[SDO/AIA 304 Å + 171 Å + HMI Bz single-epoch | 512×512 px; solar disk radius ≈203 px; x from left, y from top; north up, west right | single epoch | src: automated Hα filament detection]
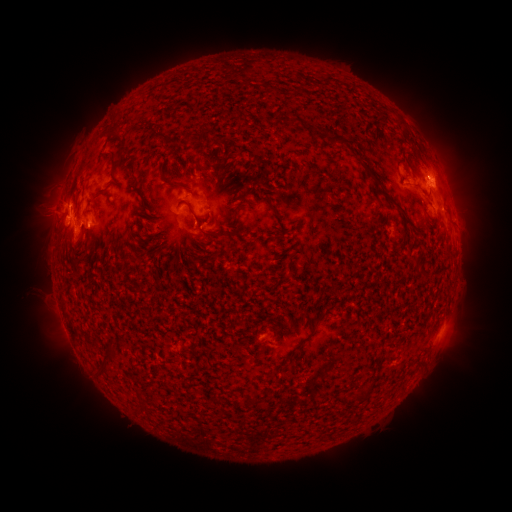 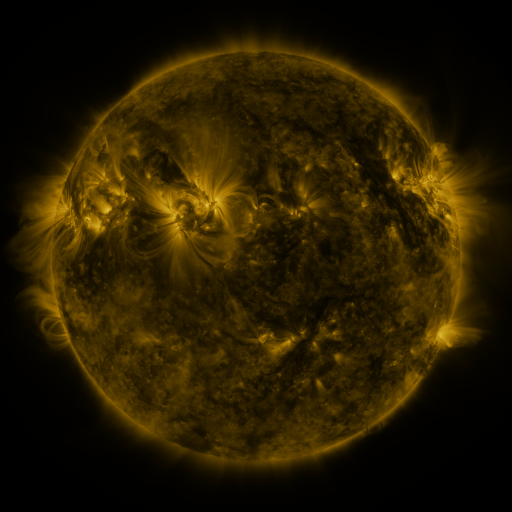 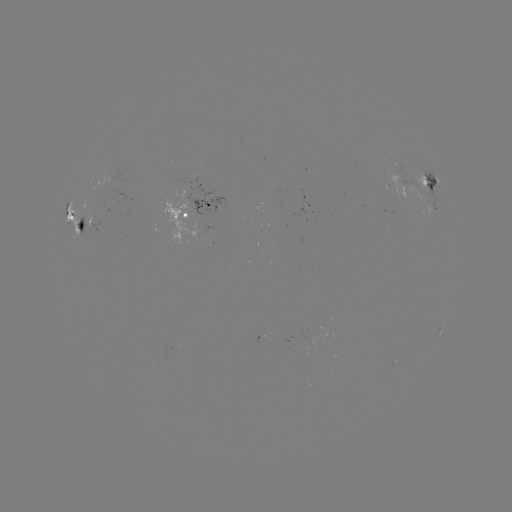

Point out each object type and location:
filament: <bbox>113, 112, 123, 120</bbox>
filament: <bbox>149, 126, 167, 139</bbox>
filament: <bbox>107, 127, 120, 138</bbox>
filament: <bbox>327, 133, 350, 147</bbox>
filament: <bbox>98, 148, 119, 176</bbox>
filament: <bbox>364, 167, 384, 196</bbox>
filament: <bbox>157, 169, 177, 187</bbox>
filament: <bbox>308, 179, 319, 187</bbox>
filament: <bbox>224, 190, 247, 207</bbox>
filament: <bbox>177, 198, 220, 239</bbox>
filament: <bbox>225, 201, 248, 220</bbox>
filament: <bbox>140, 202, 150, 211</bbox>
filament: <bbox>270, 204, 281, 219</bbox>
filament: <bbox>439, 208, 447, 217</bbox>
filament: <bbox>400, 210, 427, 235</bbox>
filament: <bbox>279, 229, 289, 239</bbox>
filament: <bbox>134, 252, 144, 261</bbox>
filament: <bbox>316, 303, 337, 323</bbox>
filament: <bbox>96, 348, 115, 373</bbox>
filament: <bbox>287, 350, 296, 362</bbox>
filament: <bbox>350, 389, 368, 401</bbox>
filament: <bbox>136, 390, 143, 400</bbox>
